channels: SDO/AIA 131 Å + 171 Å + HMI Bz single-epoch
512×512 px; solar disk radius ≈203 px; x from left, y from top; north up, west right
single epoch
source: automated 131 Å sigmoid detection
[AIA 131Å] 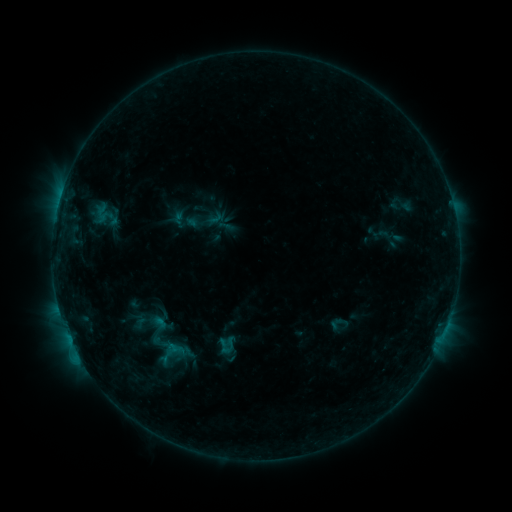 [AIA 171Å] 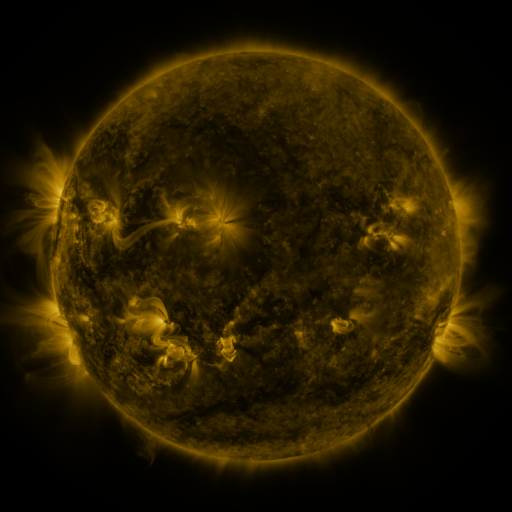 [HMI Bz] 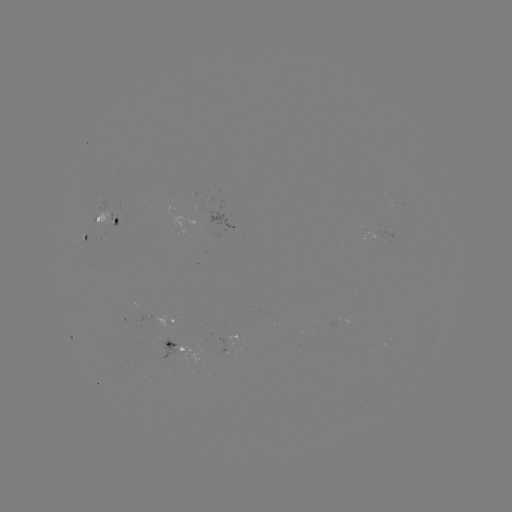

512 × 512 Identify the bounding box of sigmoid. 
[130, 312, 182, 353].